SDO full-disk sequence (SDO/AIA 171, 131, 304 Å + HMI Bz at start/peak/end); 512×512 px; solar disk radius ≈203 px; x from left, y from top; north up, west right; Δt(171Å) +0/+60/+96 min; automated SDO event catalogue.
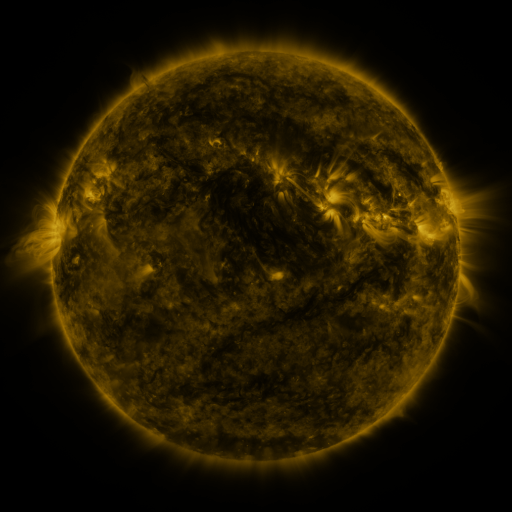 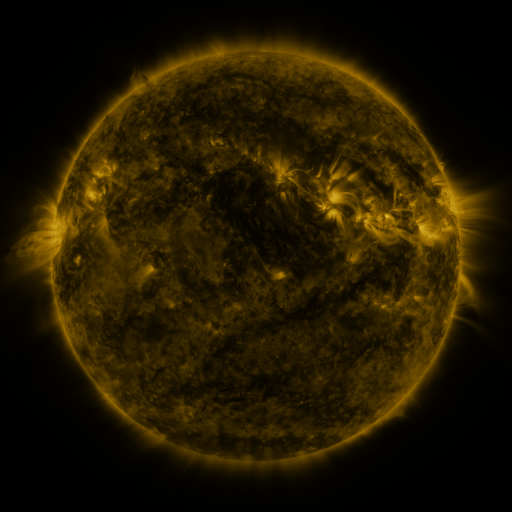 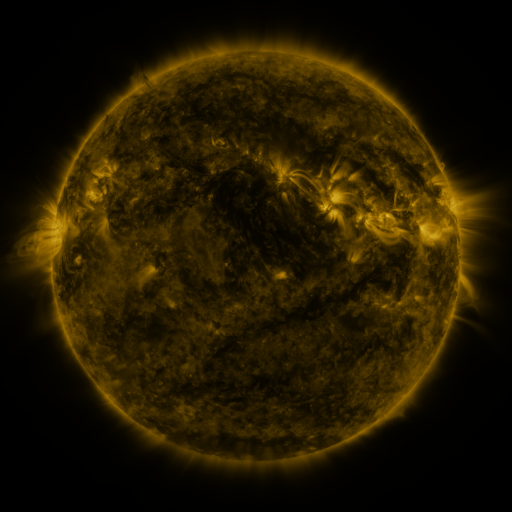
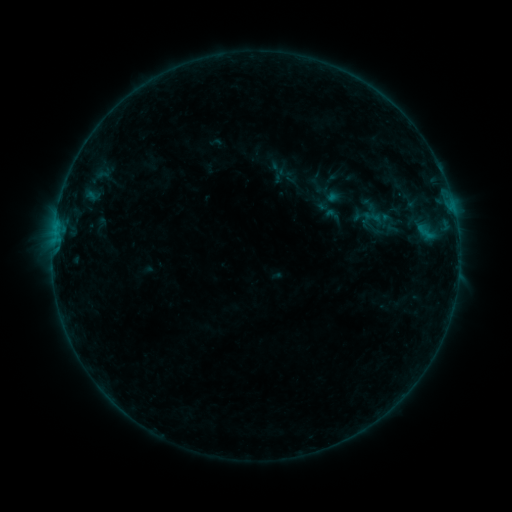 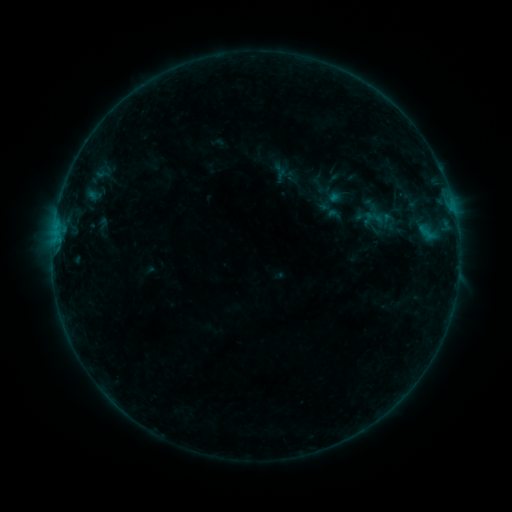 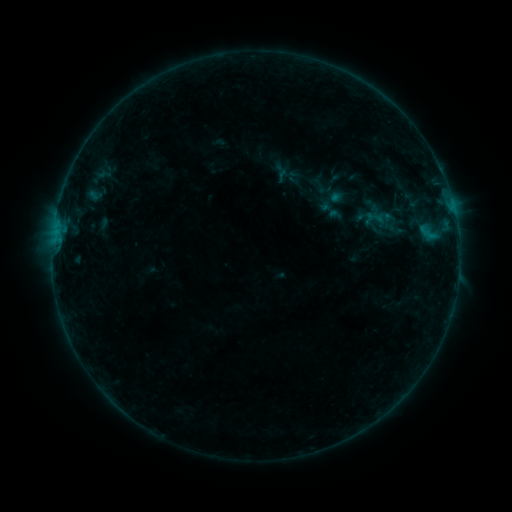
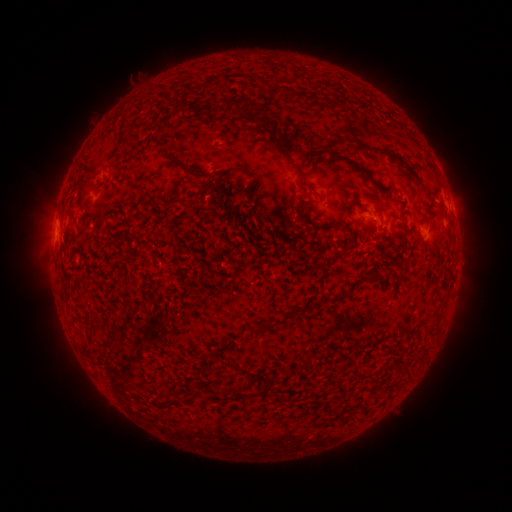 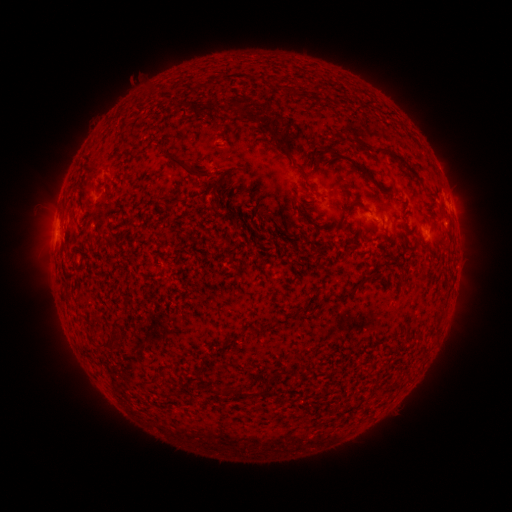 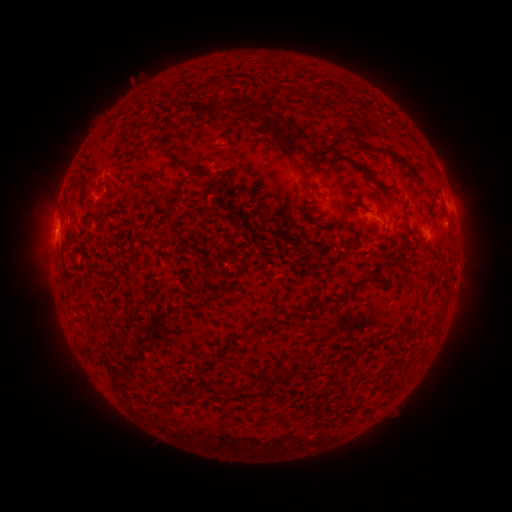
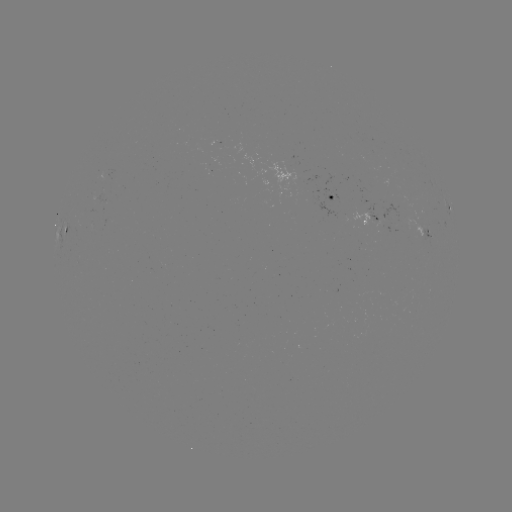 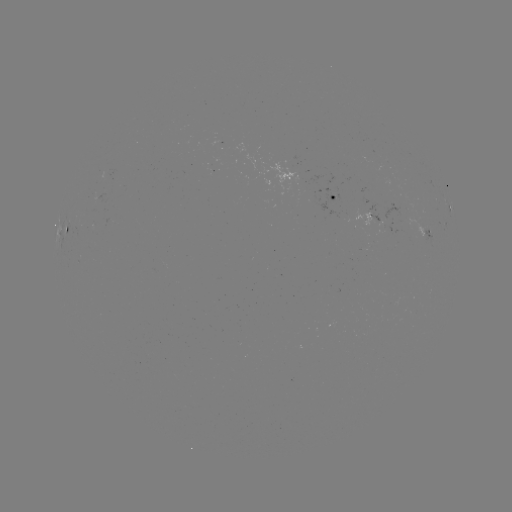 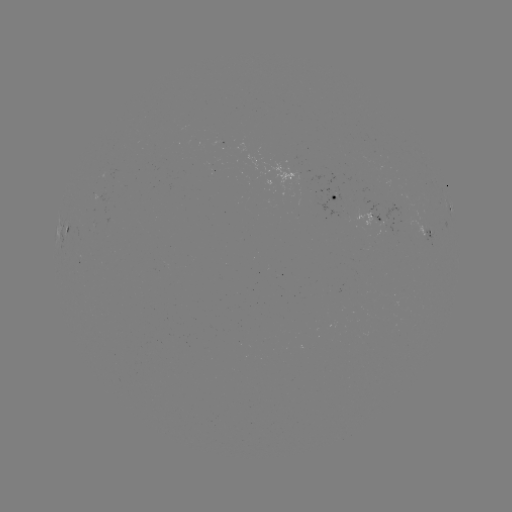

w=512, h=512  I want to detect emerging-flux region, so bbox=[97, 189, 107, 202].